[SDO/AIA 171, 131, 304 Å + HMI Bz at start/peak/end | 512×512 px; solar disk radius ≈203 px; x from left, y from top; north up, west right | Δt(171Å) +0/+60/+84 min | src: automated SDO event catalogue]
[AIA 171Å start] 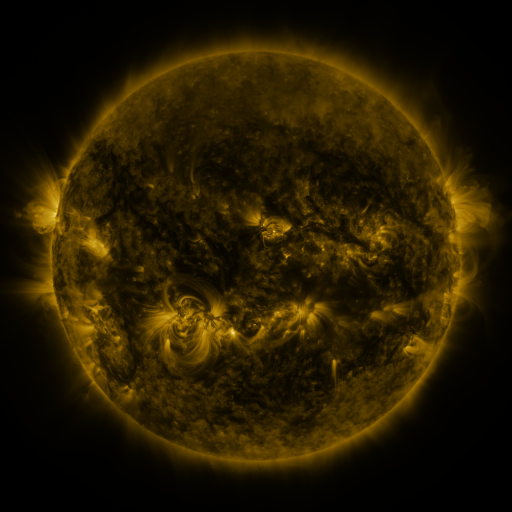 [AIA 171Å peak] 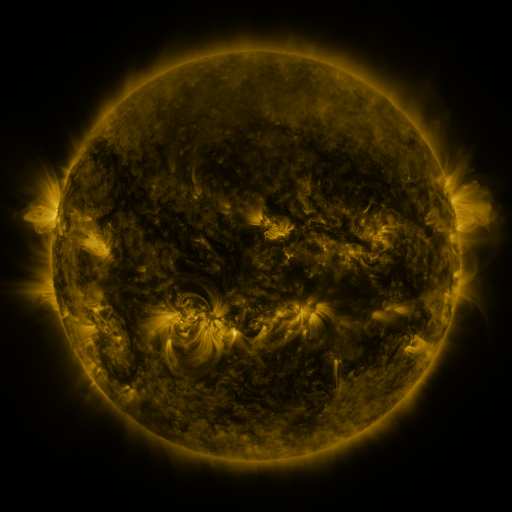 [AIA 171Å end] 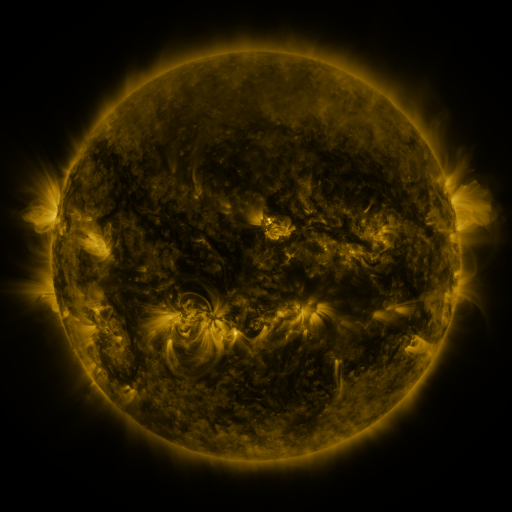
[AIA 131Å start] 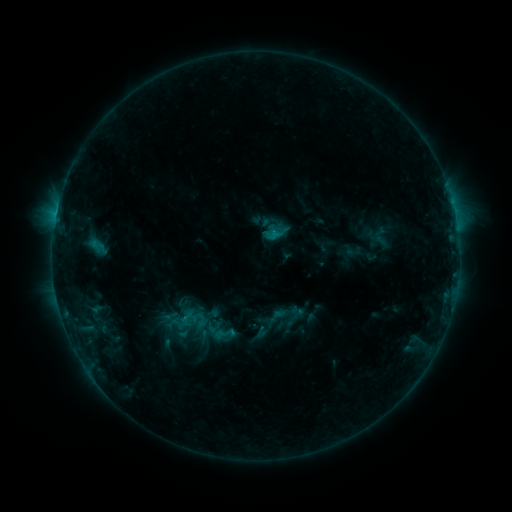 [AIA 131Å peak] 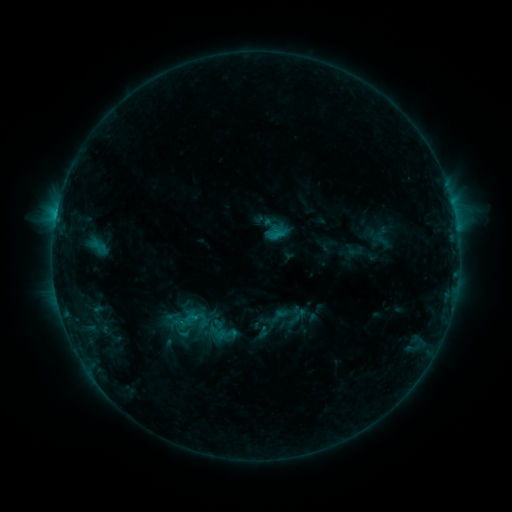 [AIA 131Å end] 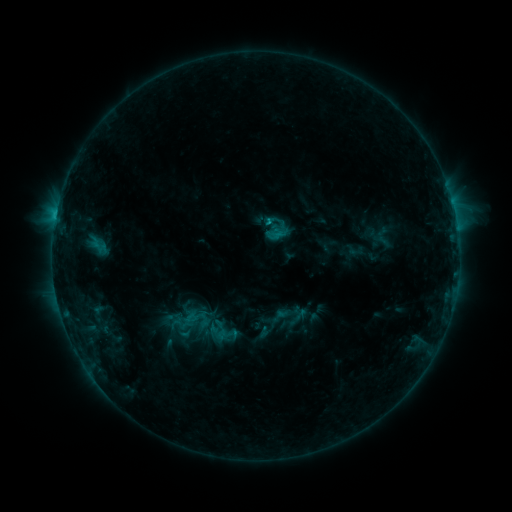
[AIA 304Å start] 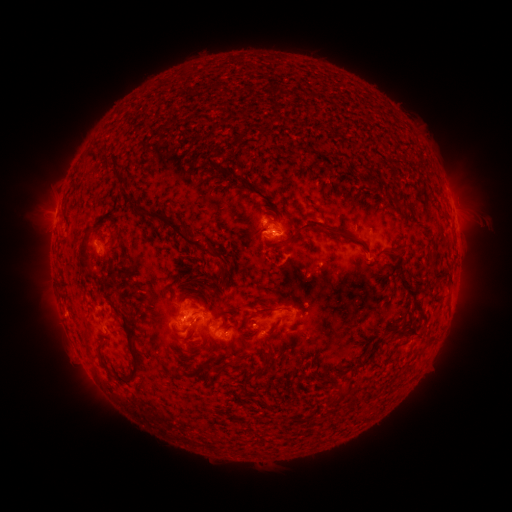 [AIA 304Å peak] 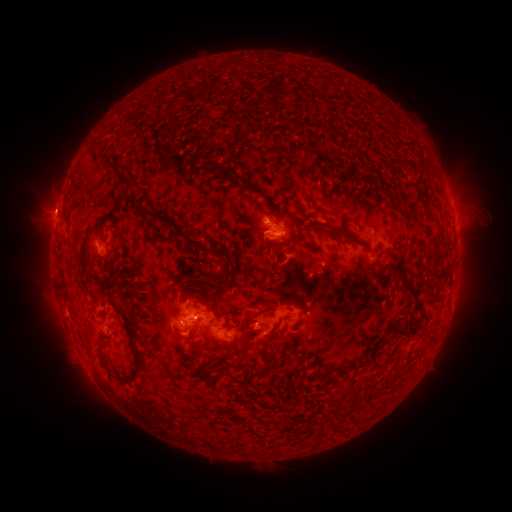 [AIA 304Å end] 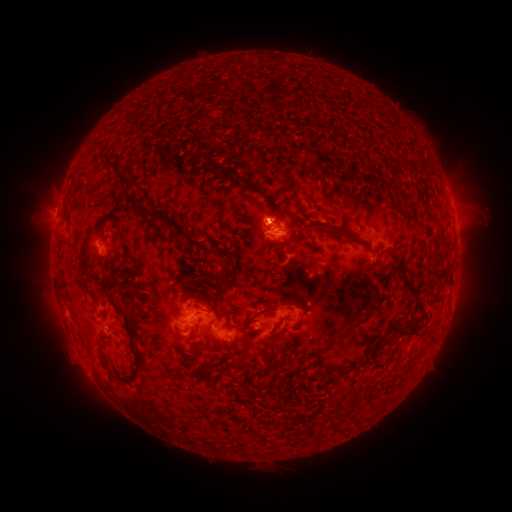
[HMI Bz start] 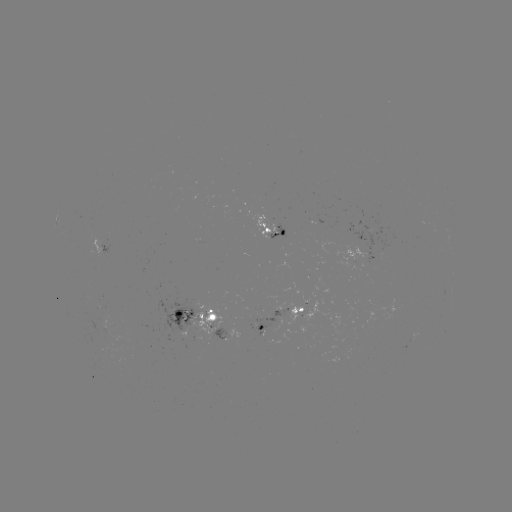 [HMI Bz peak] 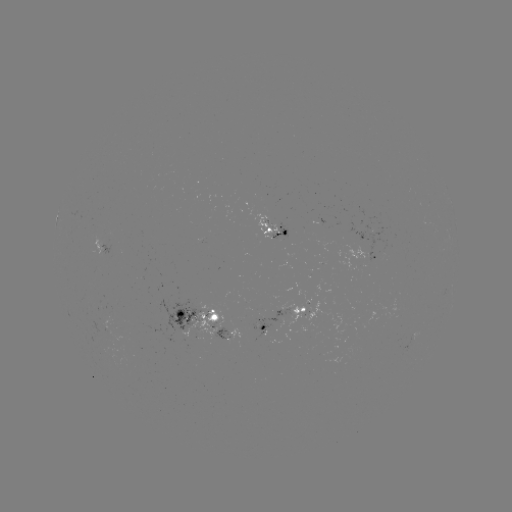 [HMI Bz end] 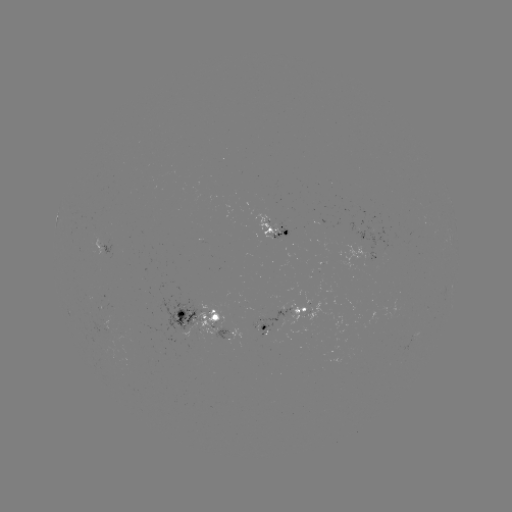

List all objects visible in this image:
emerging-flux region: (374, 262)
